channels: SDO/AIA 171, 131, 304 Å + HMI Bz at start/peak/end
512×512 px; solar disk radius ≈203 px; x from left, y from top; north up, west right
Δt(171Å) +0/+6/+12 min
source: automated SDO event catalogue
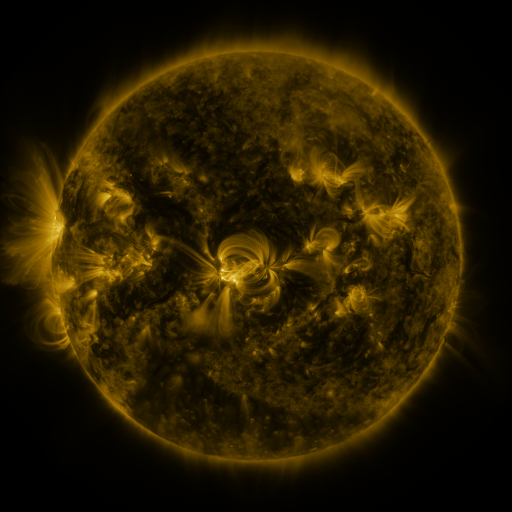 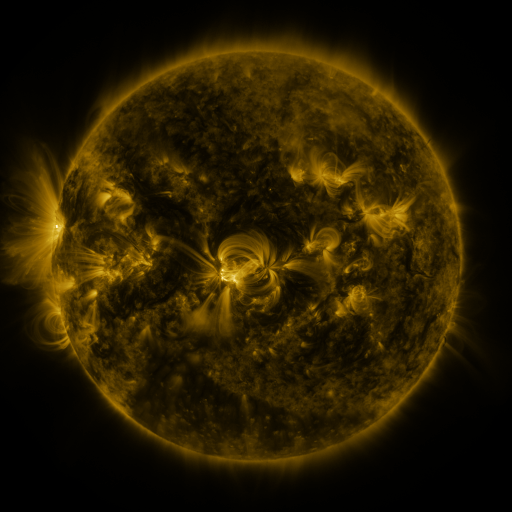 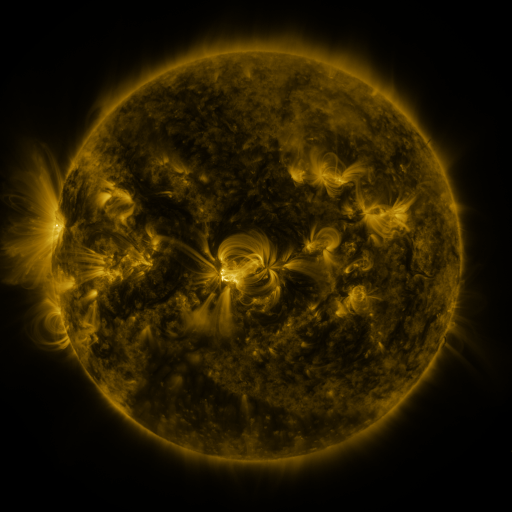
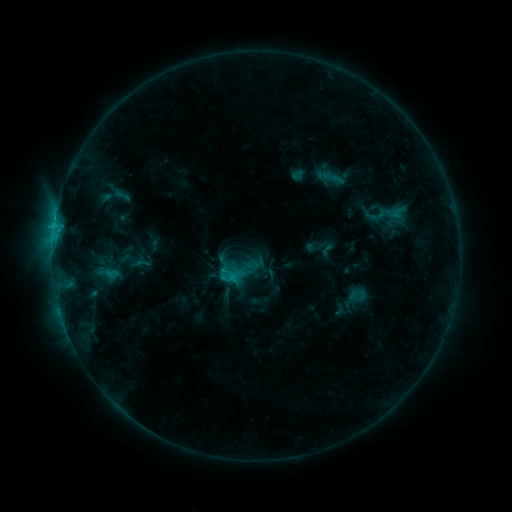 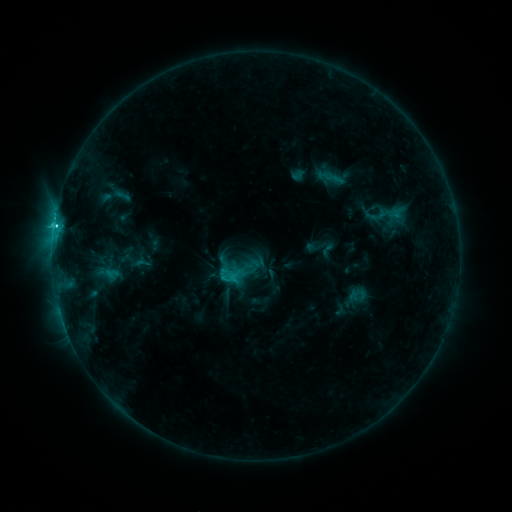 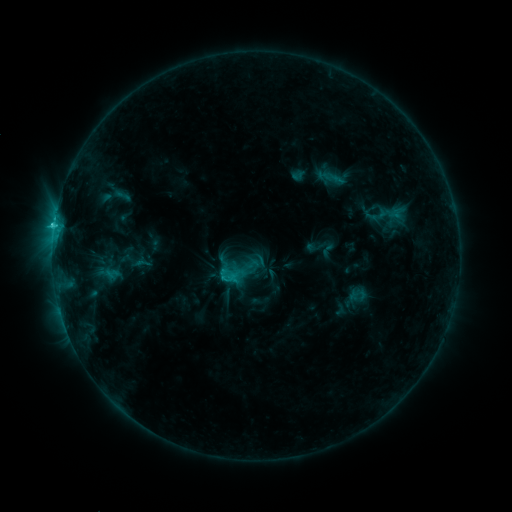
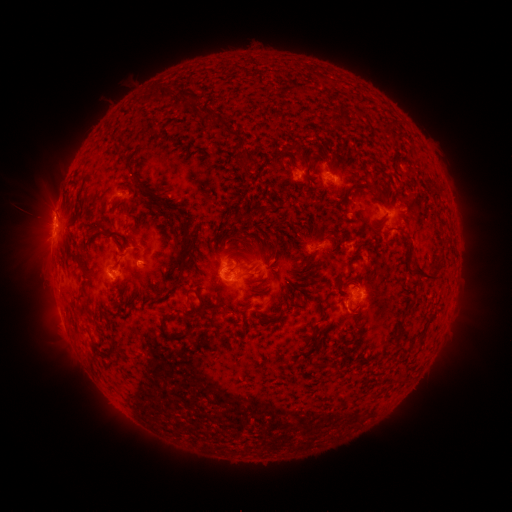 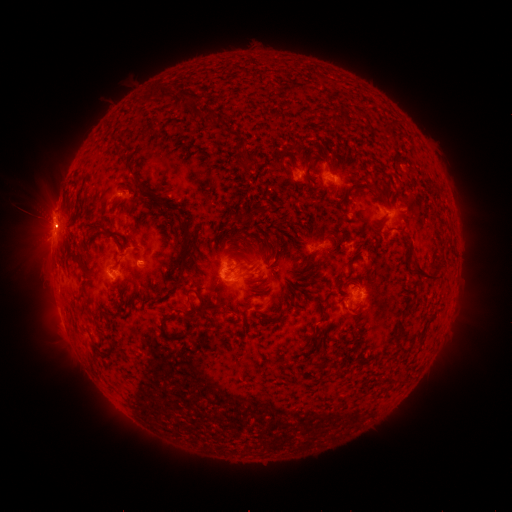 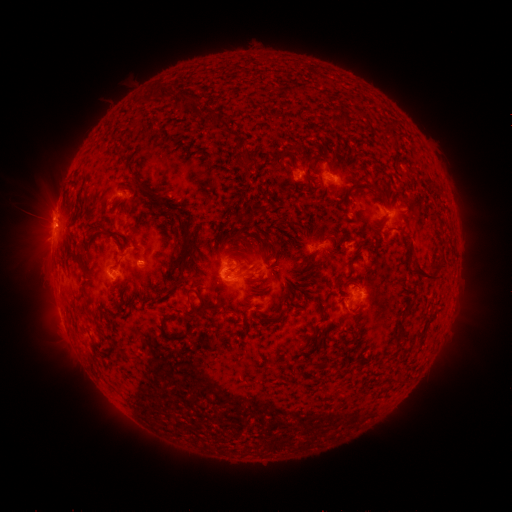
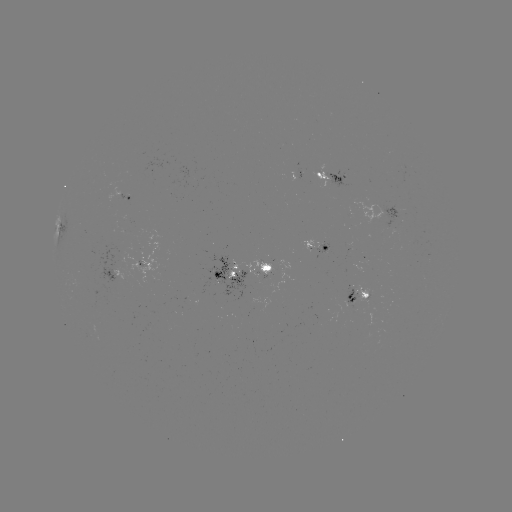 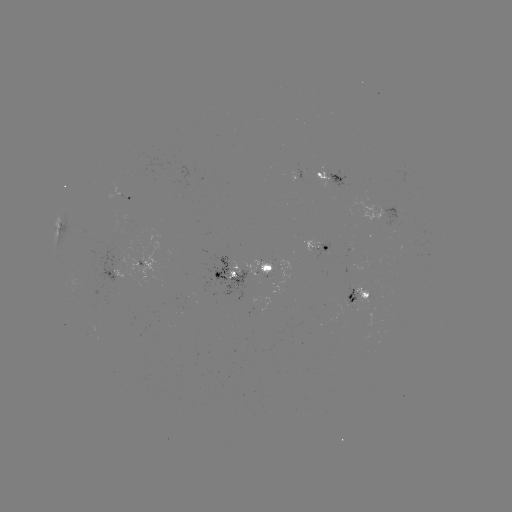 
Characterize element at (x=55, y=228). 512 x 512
C2.7 flare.